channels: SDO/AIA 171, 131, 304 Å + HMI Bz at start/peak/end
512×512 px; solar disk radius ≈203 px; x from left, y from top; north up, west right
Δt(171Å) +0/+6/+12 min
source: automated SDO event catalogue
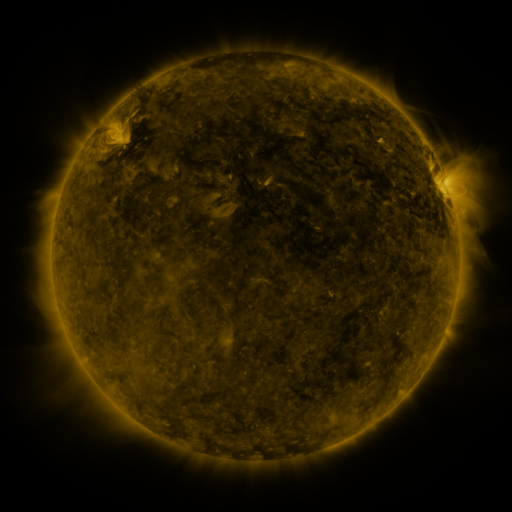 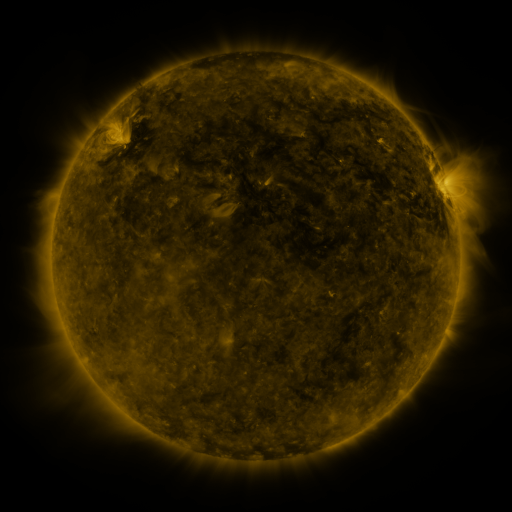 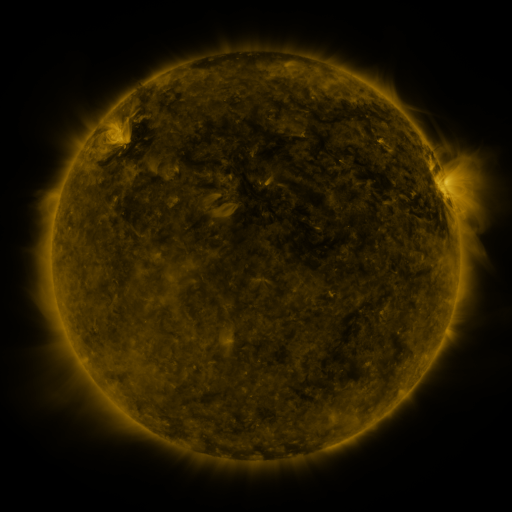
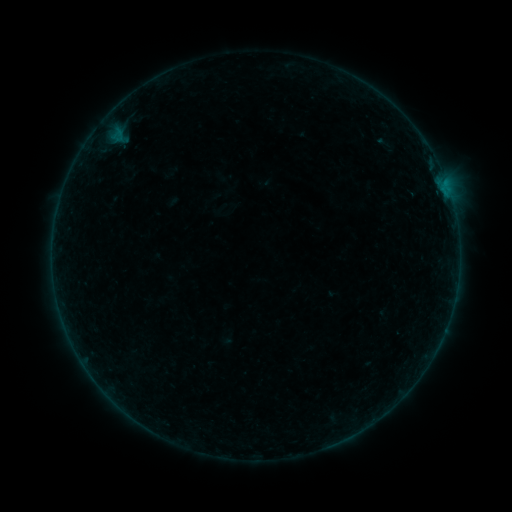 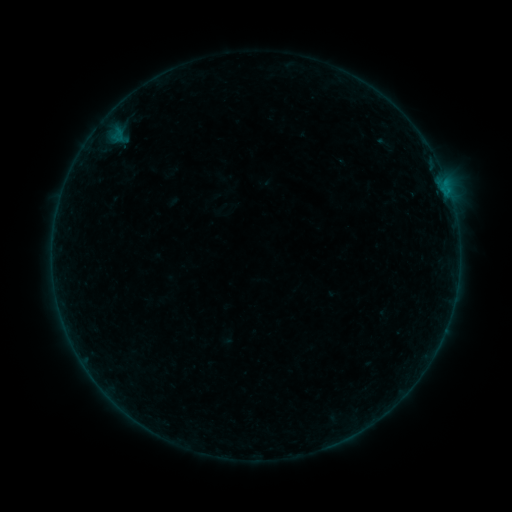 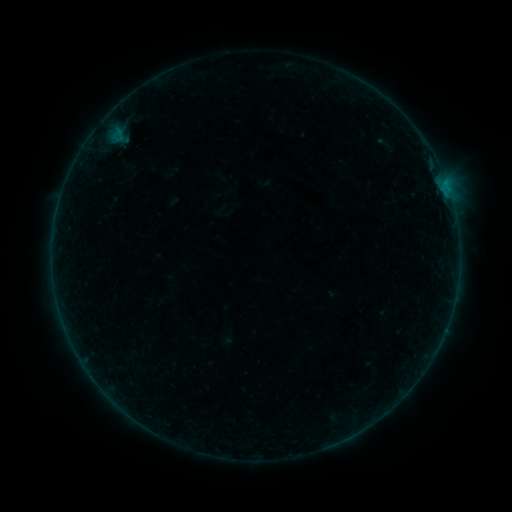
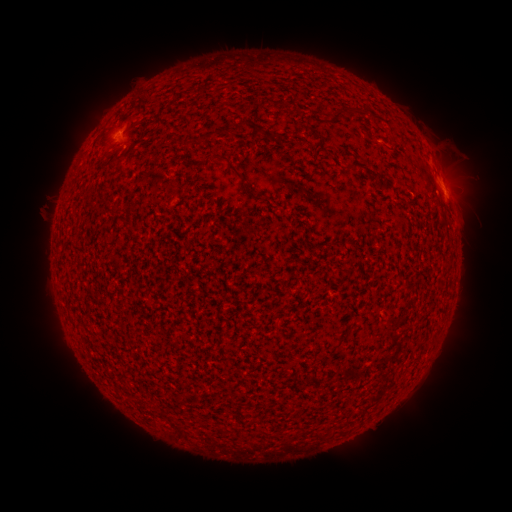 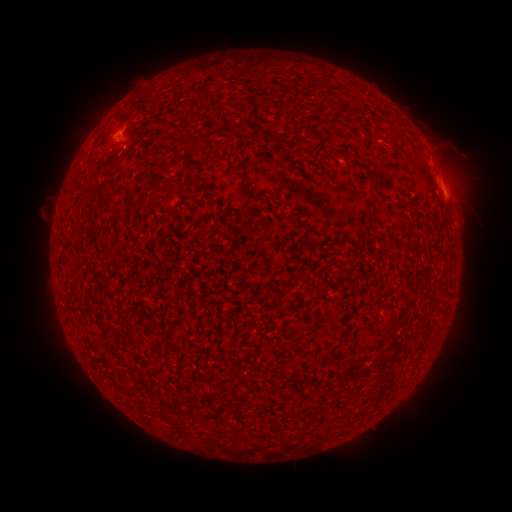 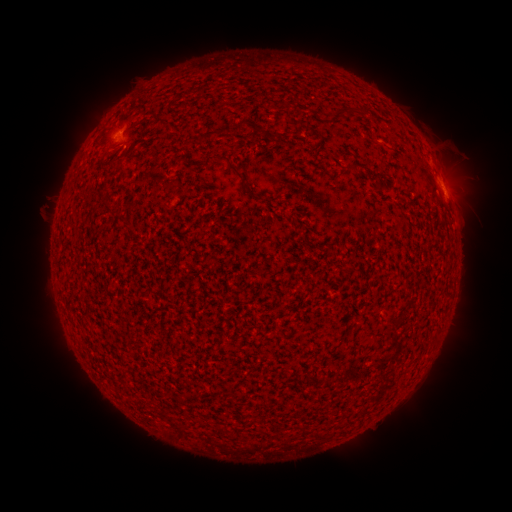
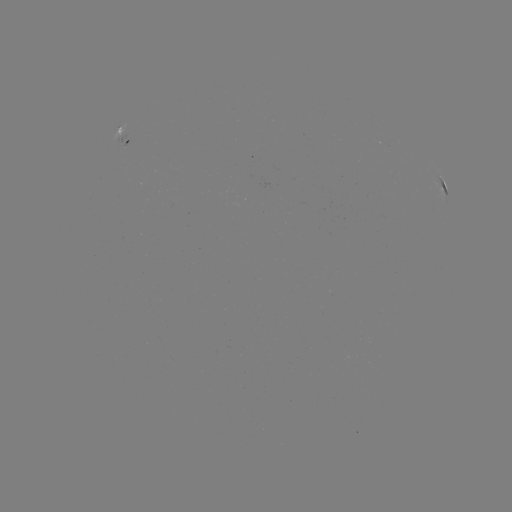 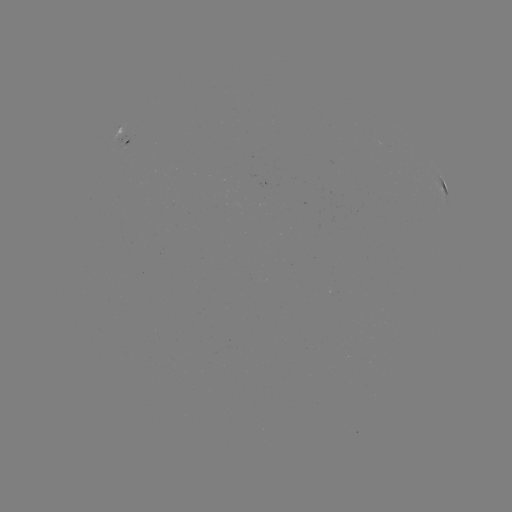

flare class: B1.6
